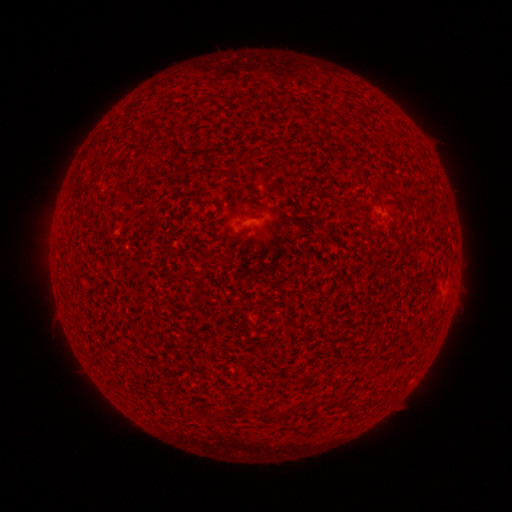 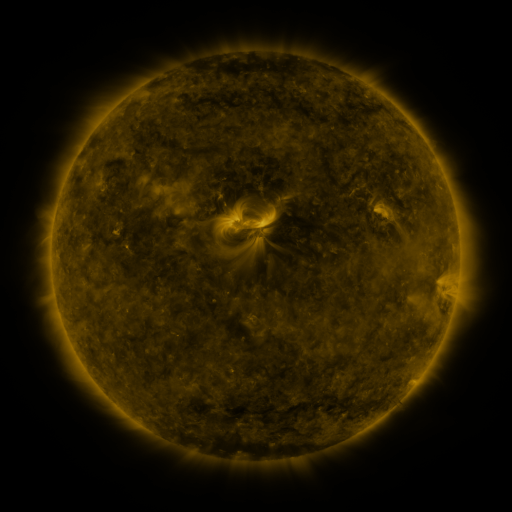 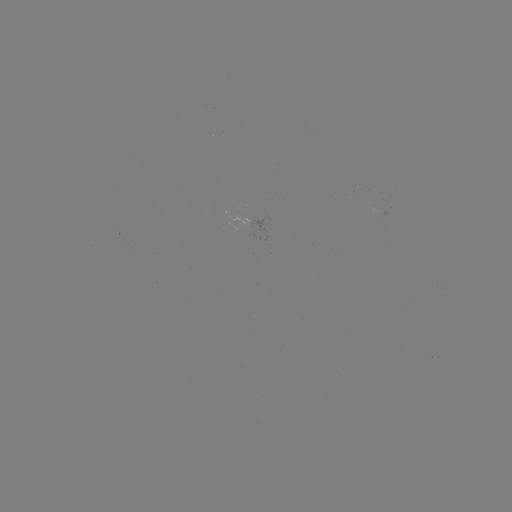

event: spotted active region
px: (263, 231)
